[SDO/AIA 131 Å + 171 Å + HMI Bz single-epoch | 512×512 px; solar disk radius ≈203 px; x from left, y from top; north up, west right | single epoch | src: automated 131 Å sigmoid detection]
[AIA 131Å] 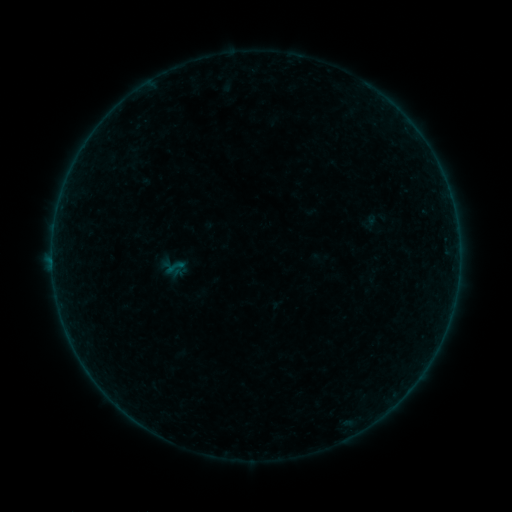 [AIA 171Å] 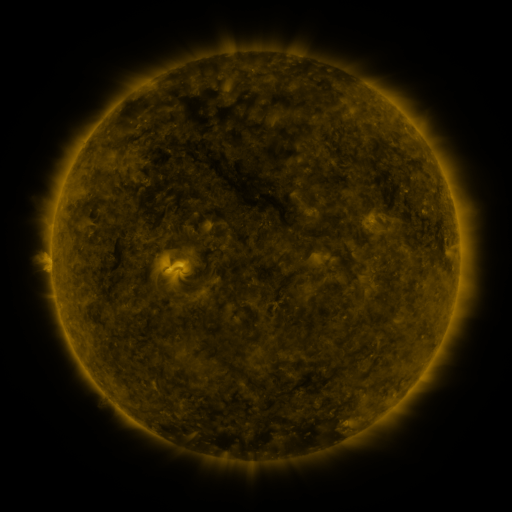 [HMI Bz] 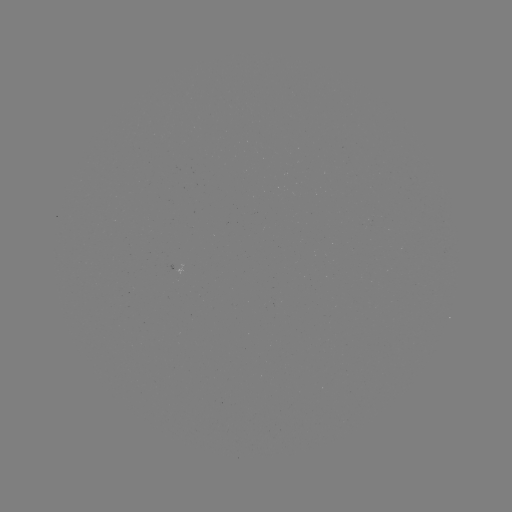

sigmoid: <bbox>164, 257, 186, 277</bbox>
